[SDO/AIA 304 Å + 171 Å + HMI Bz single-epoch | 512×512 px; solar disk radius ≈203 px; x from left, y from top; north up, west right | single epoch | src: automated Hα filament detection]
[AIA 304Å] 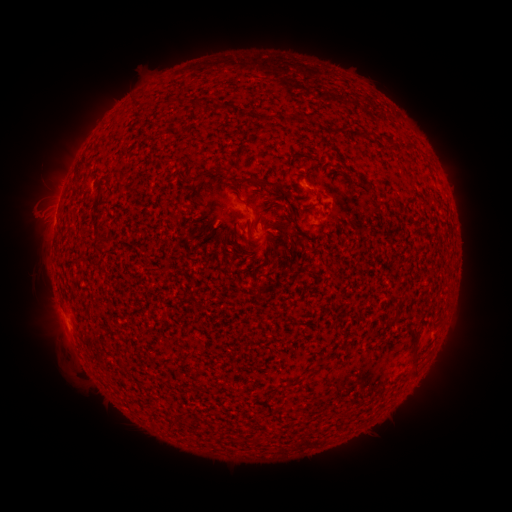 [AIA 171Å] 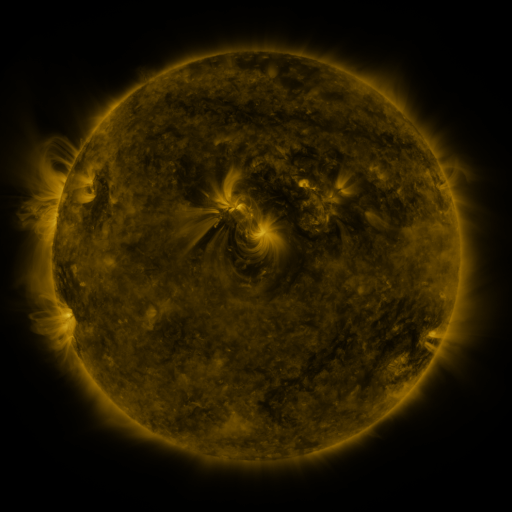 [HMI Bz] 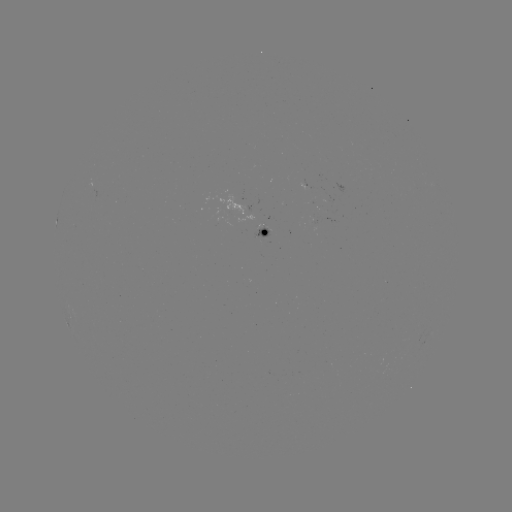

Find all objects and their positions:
filament: (217, 109)
filament: (262, 120)
filament: (204, 174)
filament: (274, 186)
filament: (193, 202)
filament: (415, 340)
filament: (415, 368)
